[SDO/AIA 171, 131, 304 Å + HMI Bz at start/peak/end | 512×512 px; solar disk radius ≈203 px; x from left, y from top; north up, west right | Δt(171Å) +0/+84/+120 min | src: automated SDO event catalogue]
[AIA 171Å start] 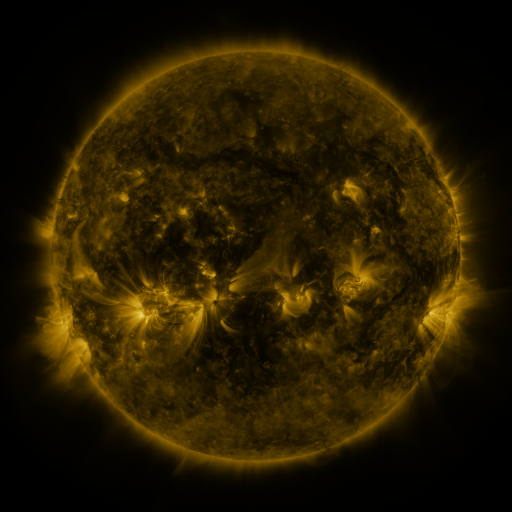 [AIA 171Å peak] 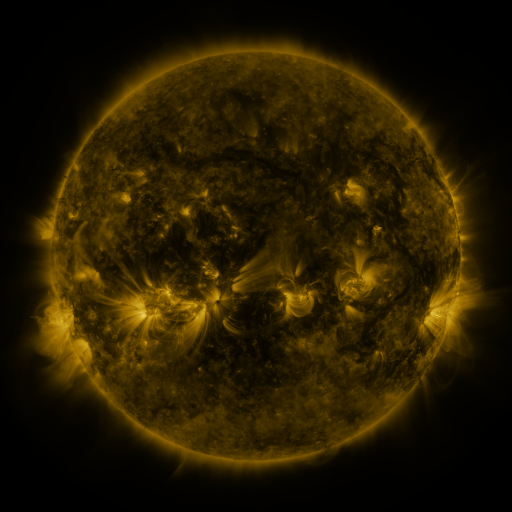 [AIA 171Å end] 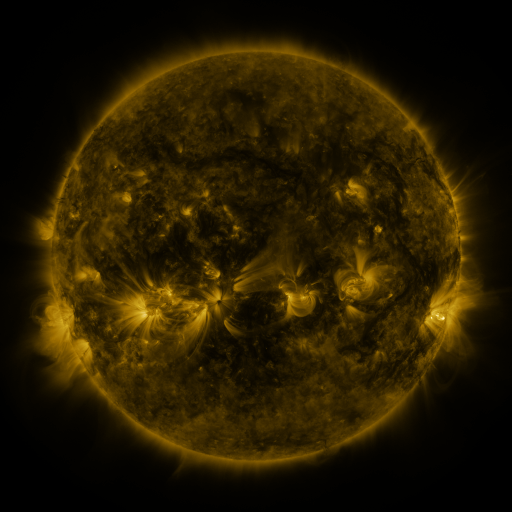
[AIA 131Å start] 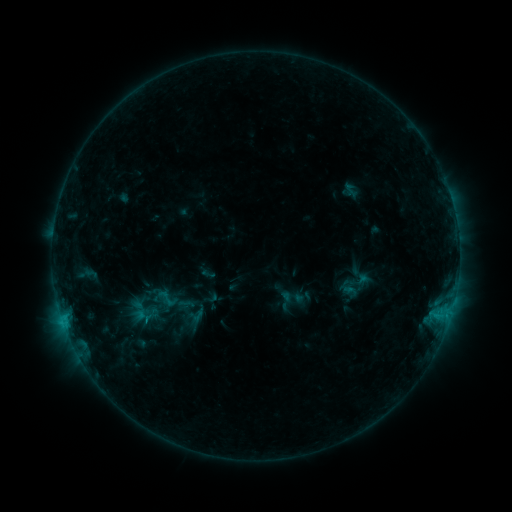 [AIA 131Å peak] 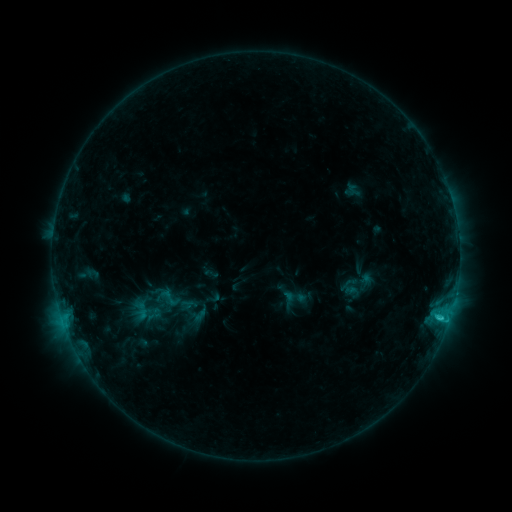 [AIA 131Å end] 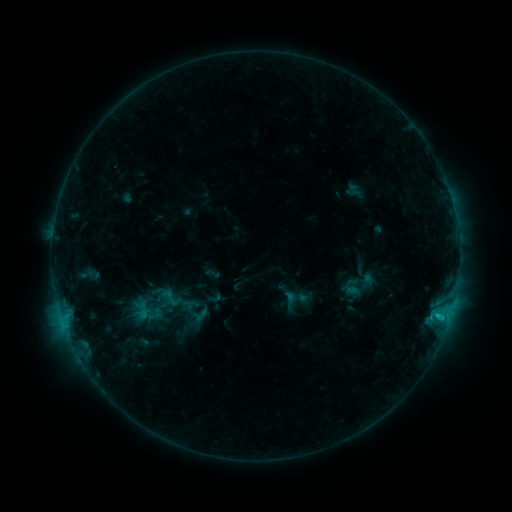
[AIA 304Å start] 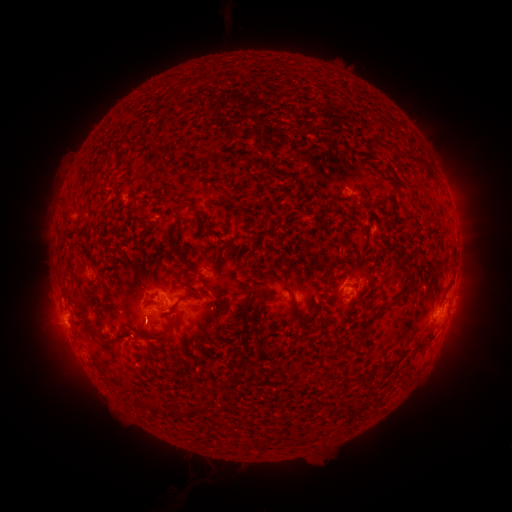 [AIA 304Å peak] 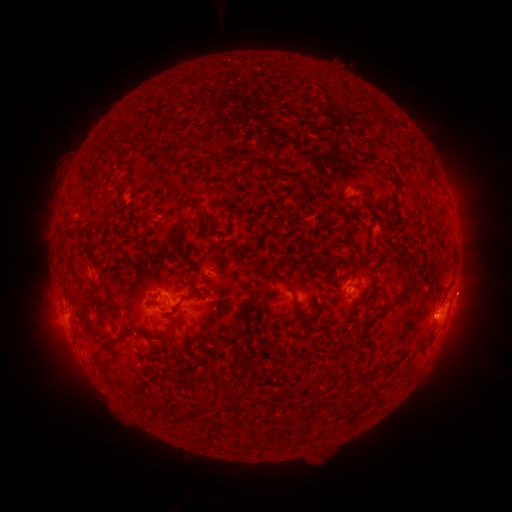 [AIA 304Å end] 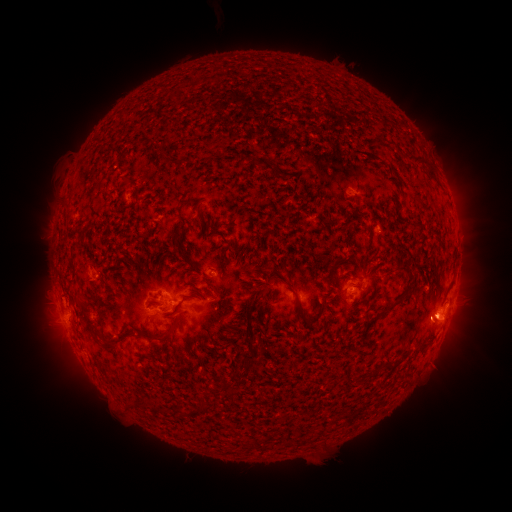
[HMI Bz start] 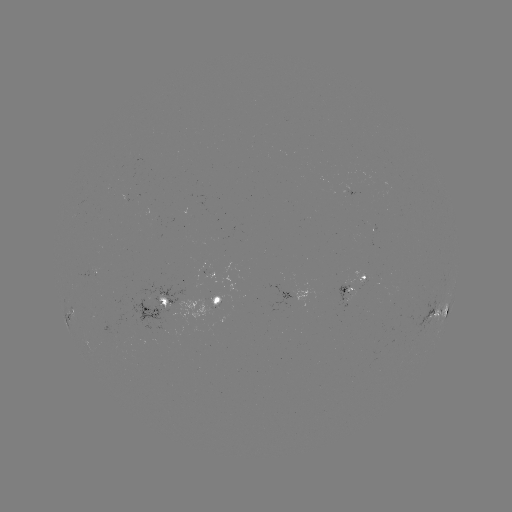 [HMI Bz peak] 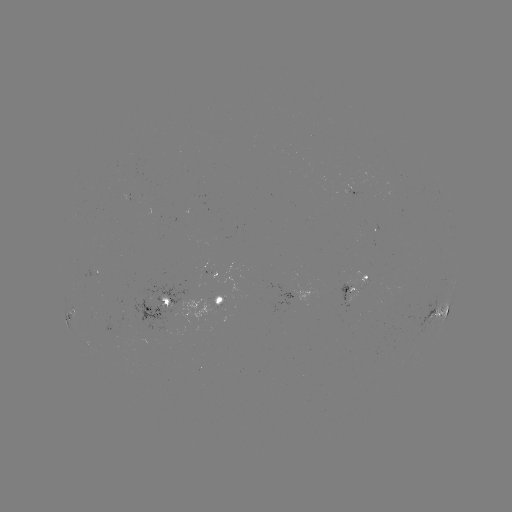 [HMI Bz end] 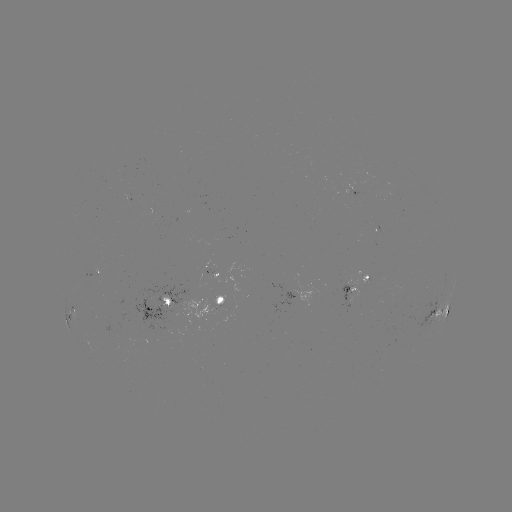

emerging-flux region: (153, 297, 224, 329)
